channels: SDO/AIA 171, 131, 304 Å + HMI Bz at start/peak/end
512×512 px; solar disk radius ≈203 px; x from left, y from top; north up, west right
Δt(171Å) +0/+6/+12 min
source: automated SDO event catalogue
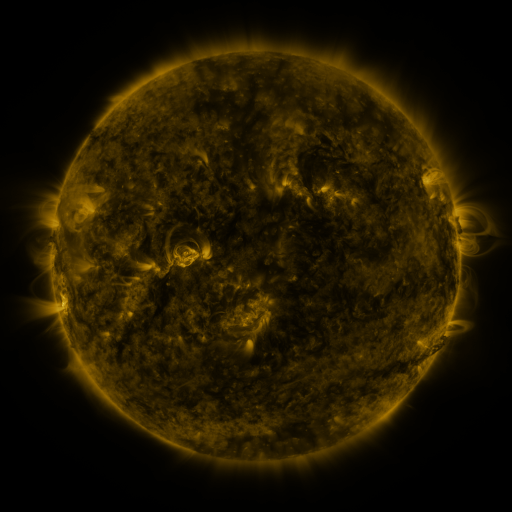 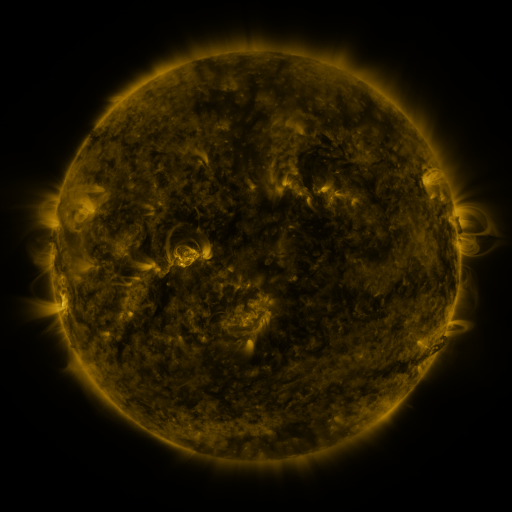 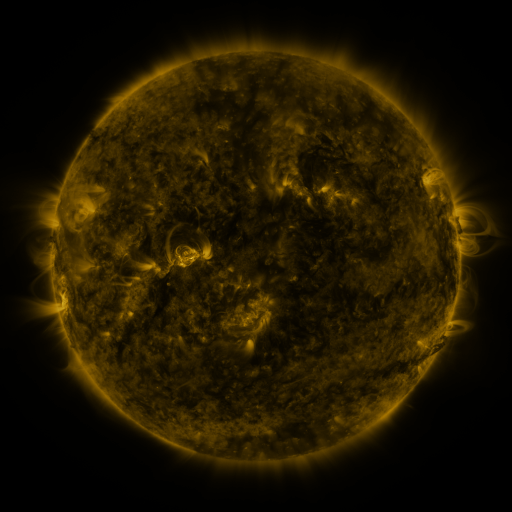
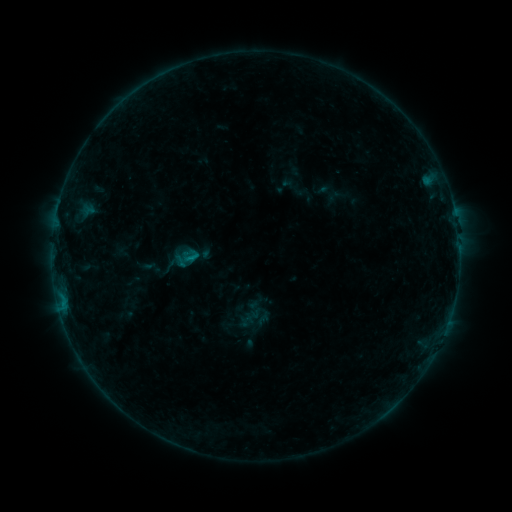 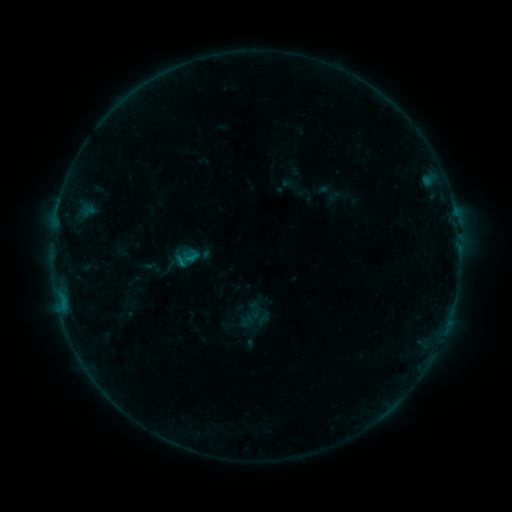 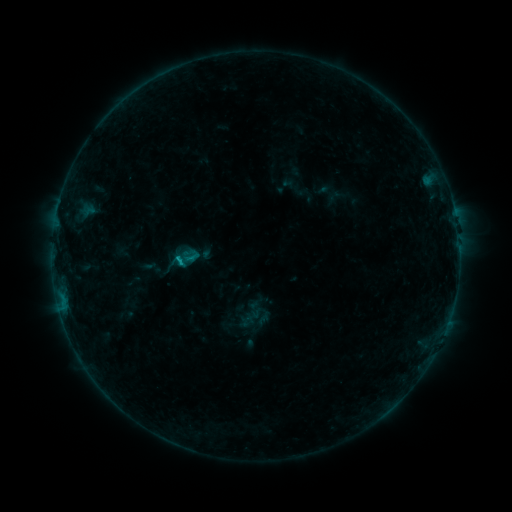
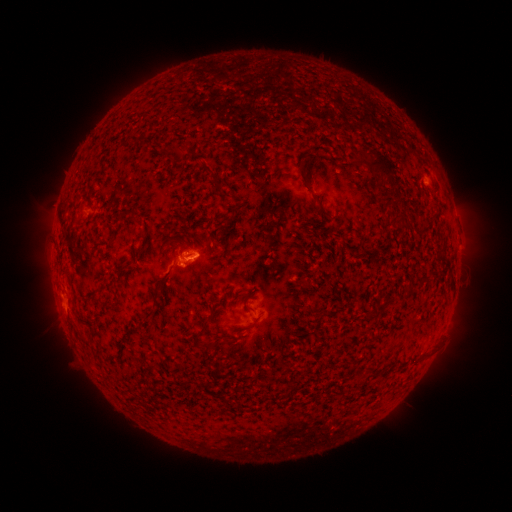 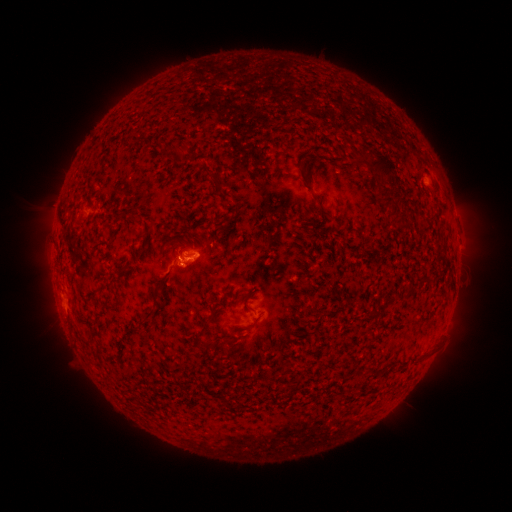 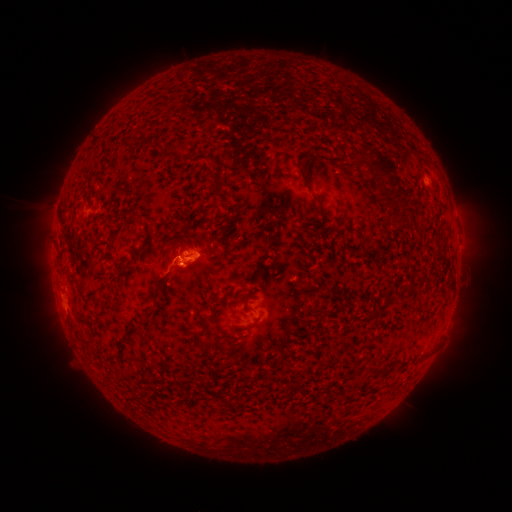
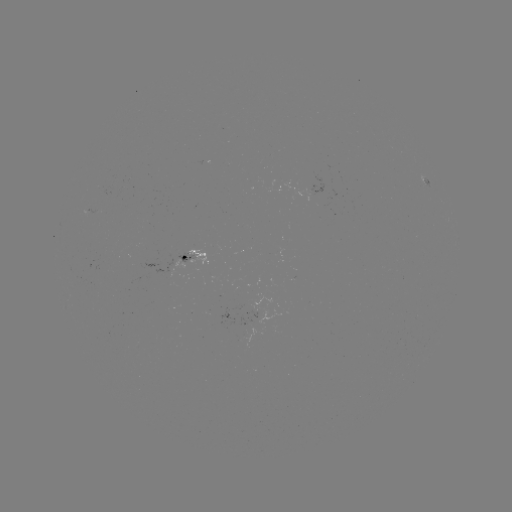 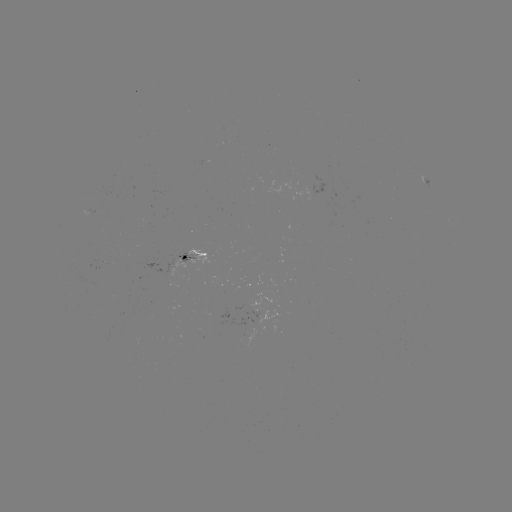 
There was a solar flare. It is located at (183, 260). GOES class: B6.3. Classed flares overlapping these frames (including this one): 1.